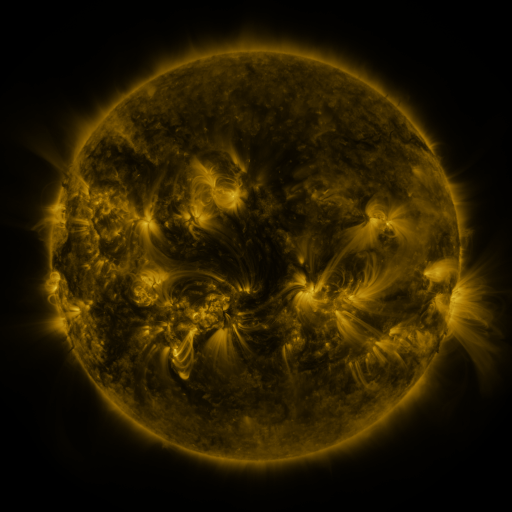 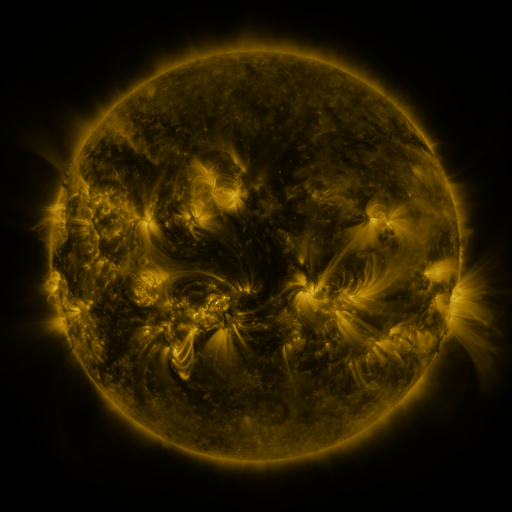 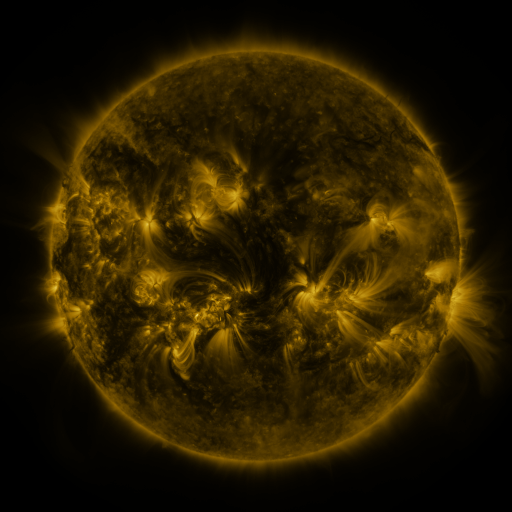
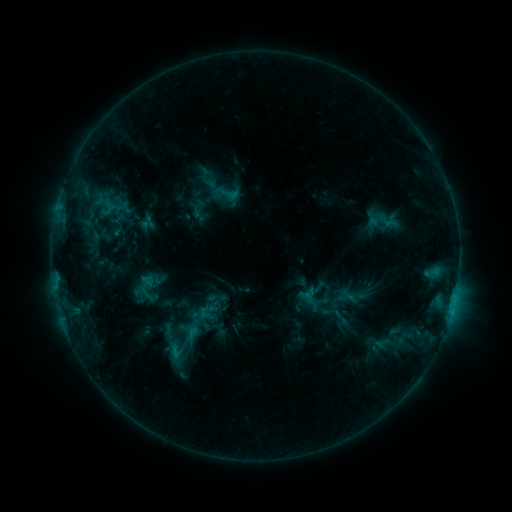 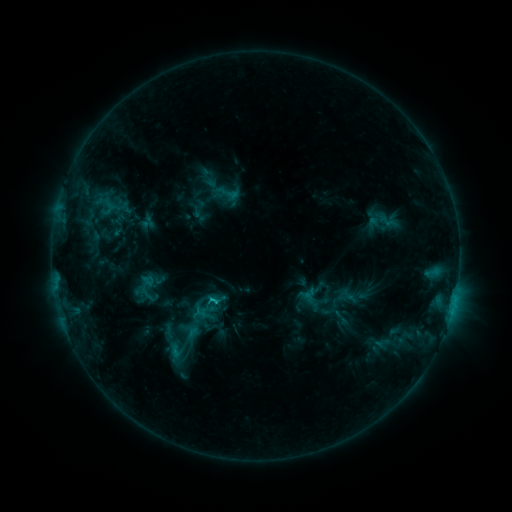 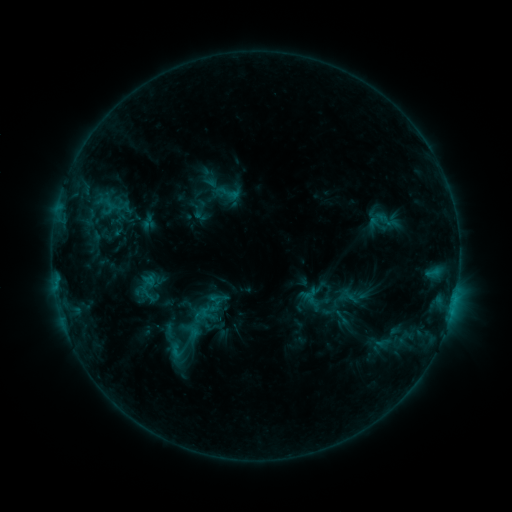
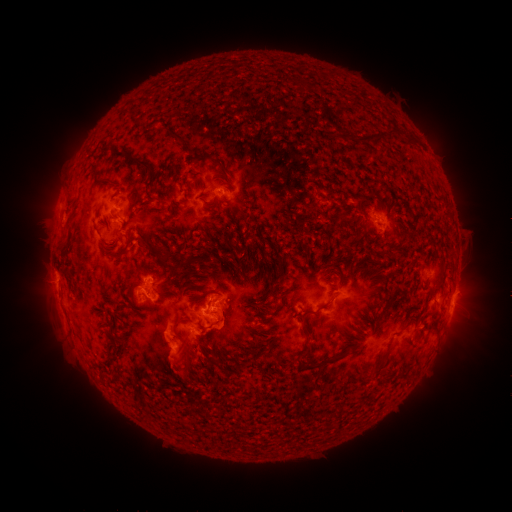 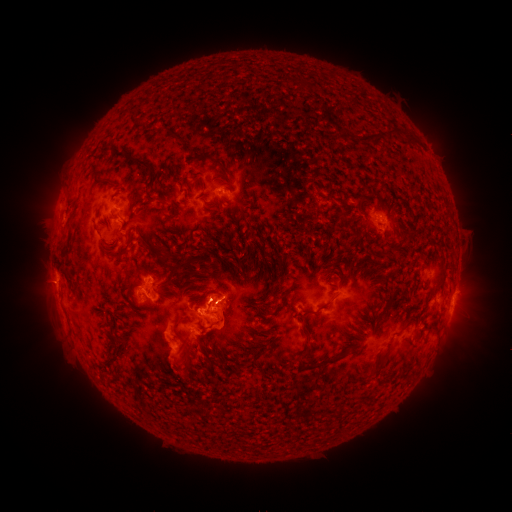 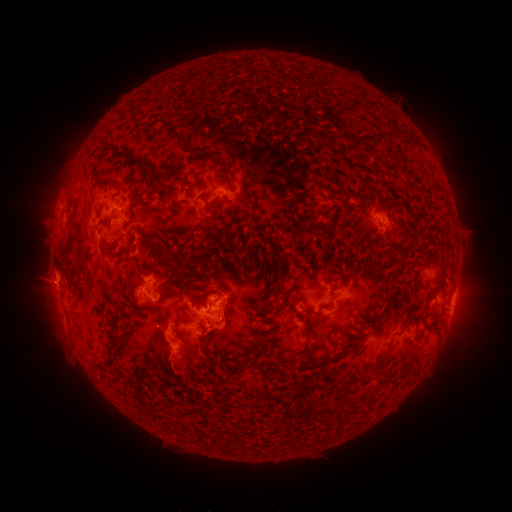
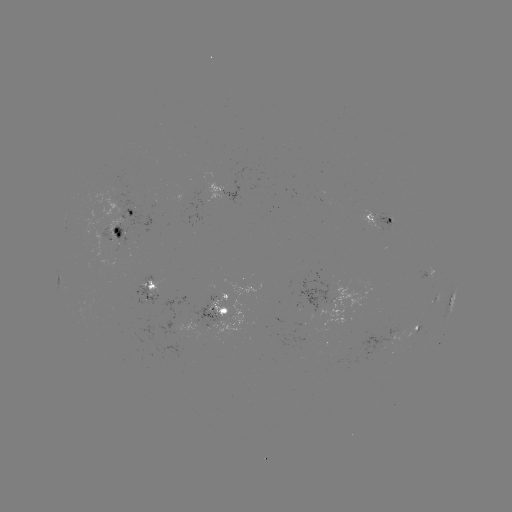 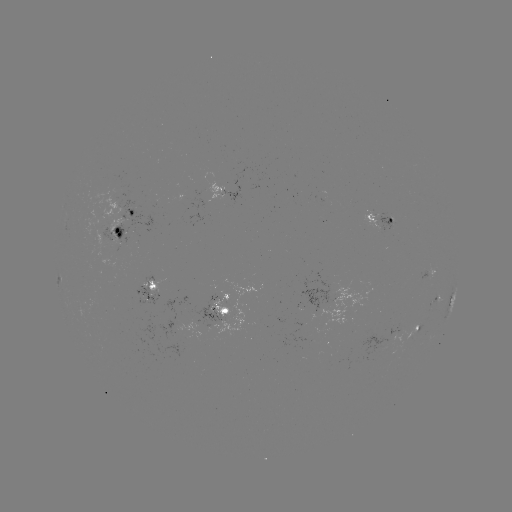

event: flare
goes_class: C2.3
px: (214, 299)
